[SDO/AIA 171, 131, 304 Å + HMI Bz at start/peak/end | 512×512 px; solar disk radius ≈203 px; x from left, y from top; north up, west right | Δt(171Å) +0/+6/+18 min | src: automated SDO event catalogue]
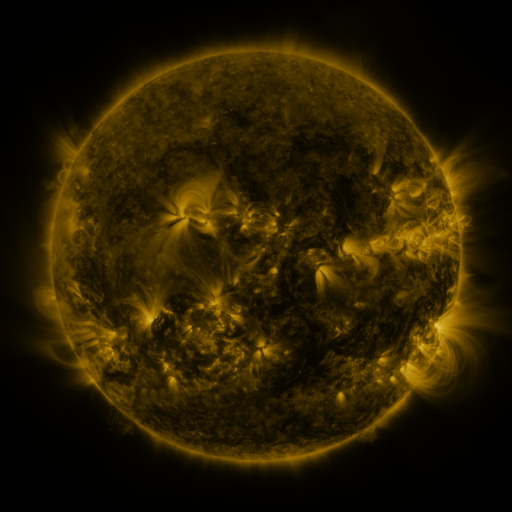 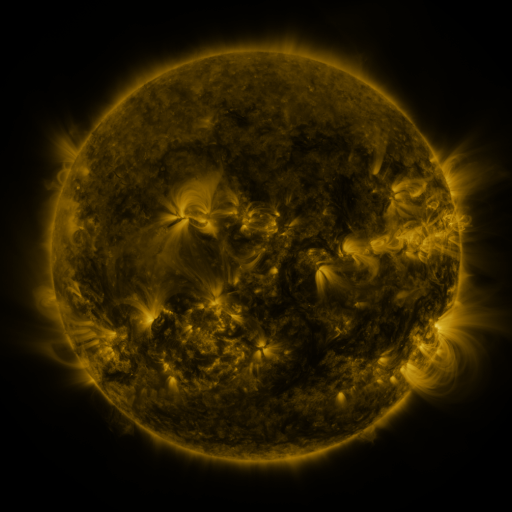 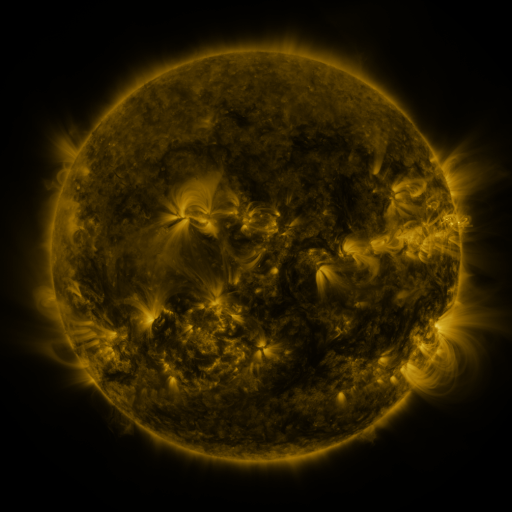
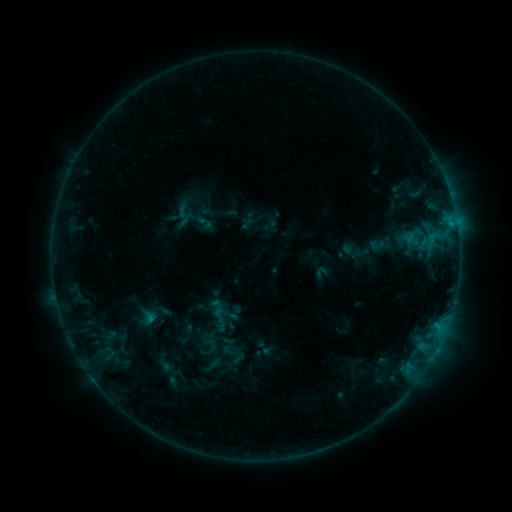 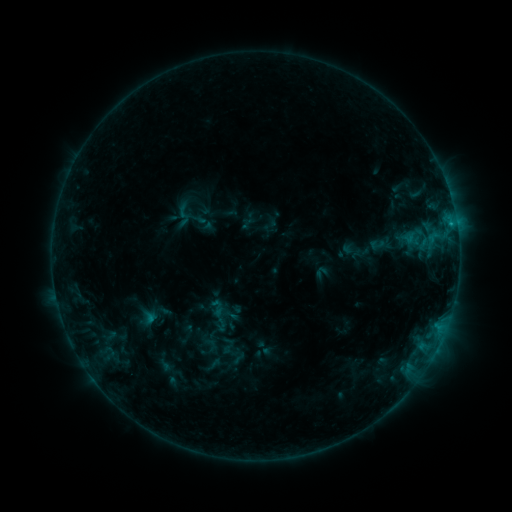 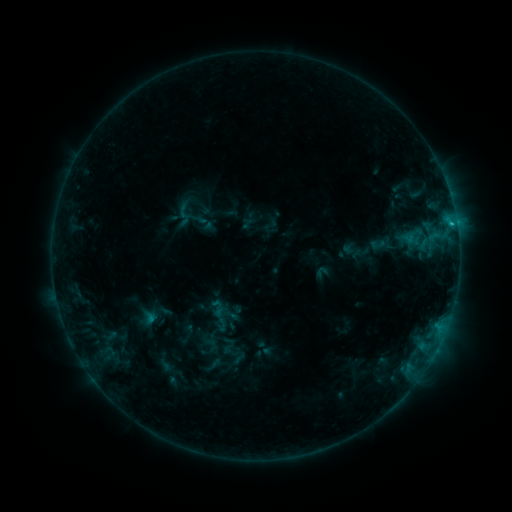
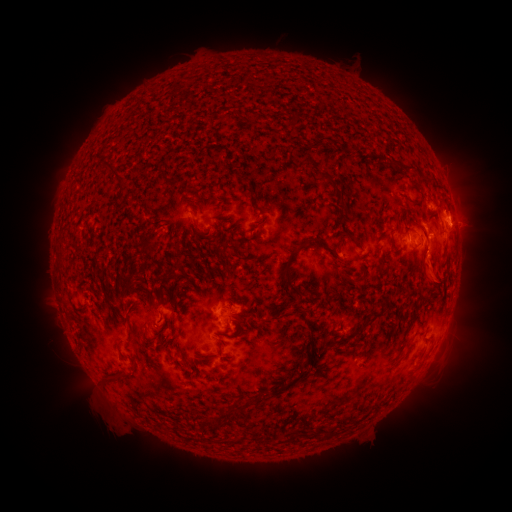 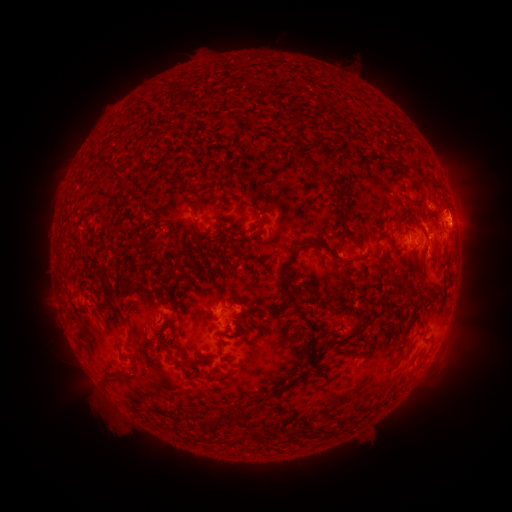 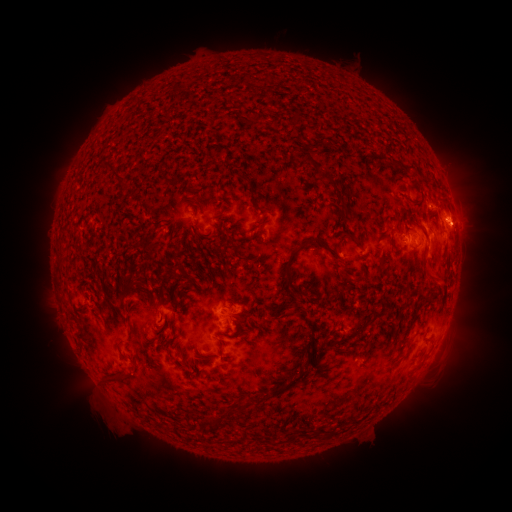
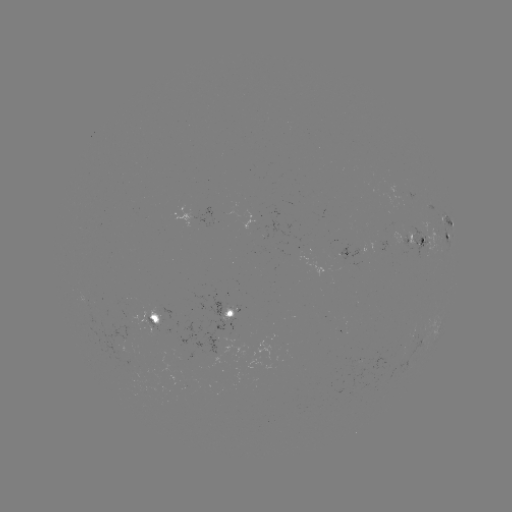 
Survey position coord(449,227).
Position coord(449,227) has C1.3 flare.